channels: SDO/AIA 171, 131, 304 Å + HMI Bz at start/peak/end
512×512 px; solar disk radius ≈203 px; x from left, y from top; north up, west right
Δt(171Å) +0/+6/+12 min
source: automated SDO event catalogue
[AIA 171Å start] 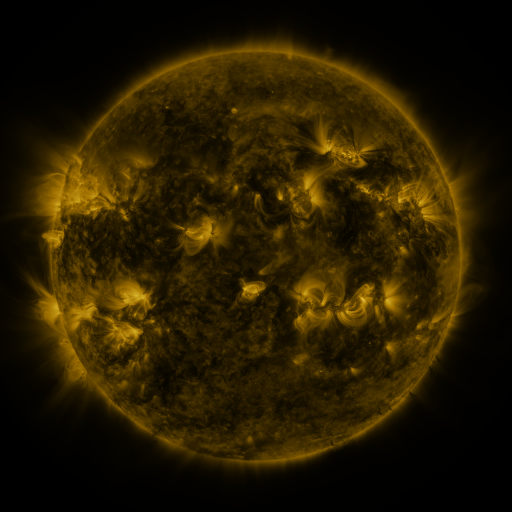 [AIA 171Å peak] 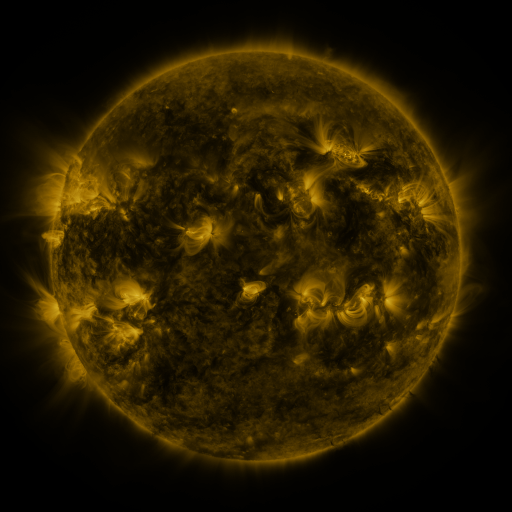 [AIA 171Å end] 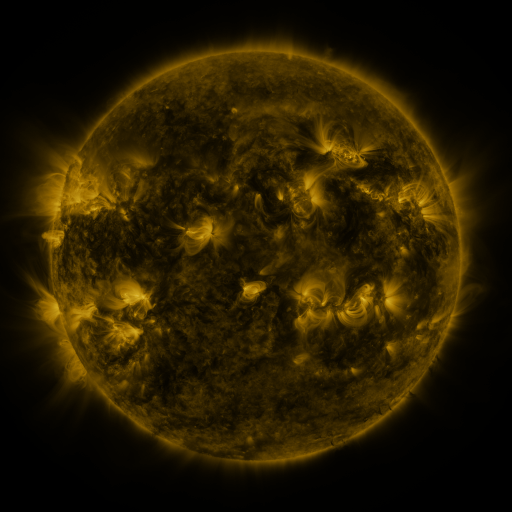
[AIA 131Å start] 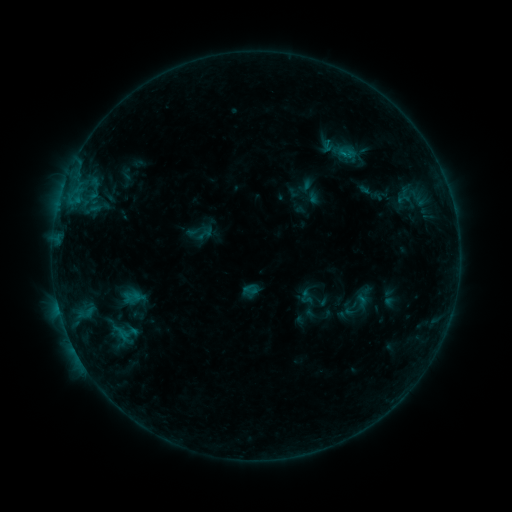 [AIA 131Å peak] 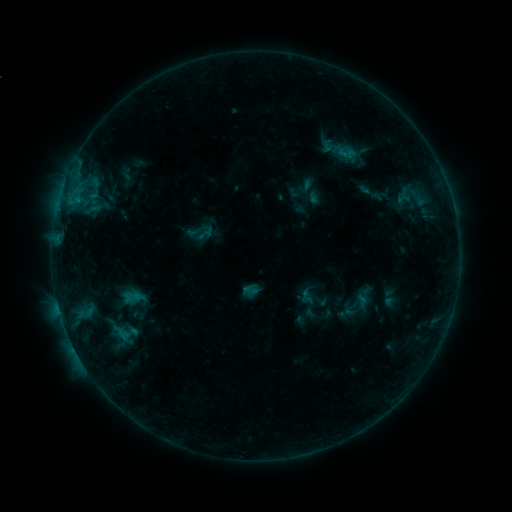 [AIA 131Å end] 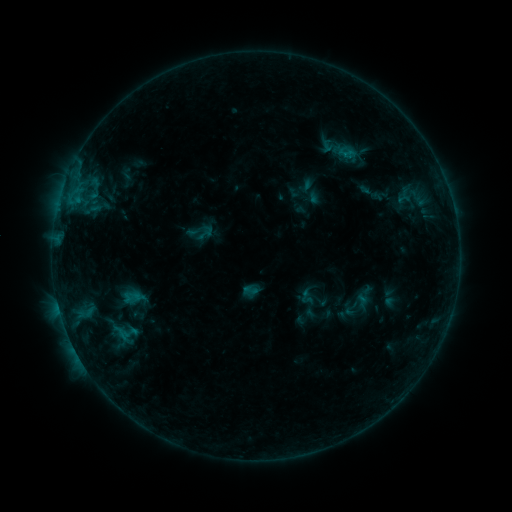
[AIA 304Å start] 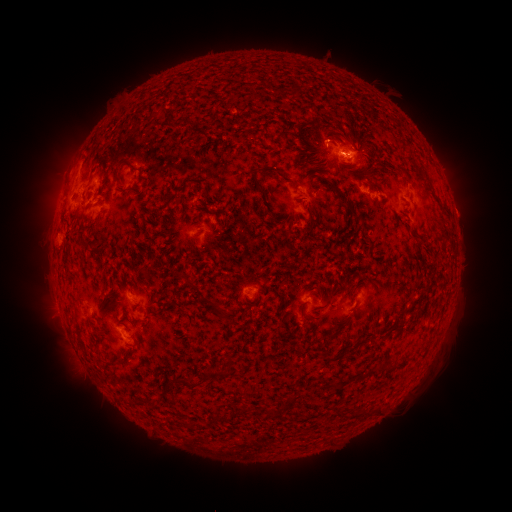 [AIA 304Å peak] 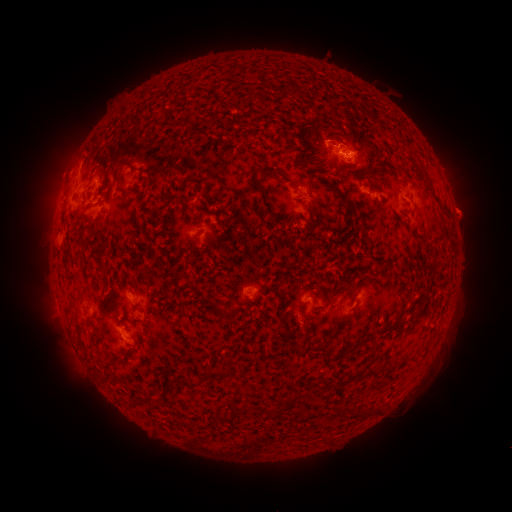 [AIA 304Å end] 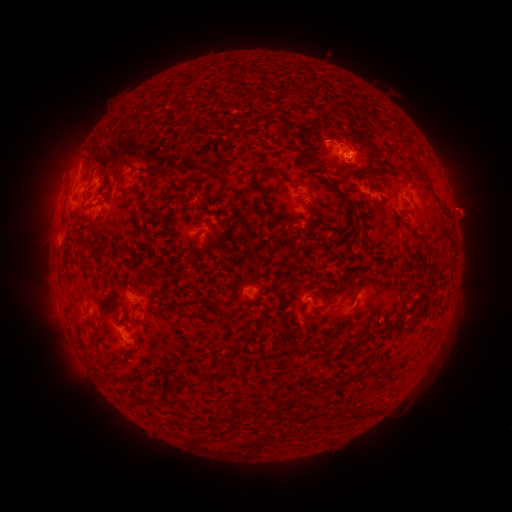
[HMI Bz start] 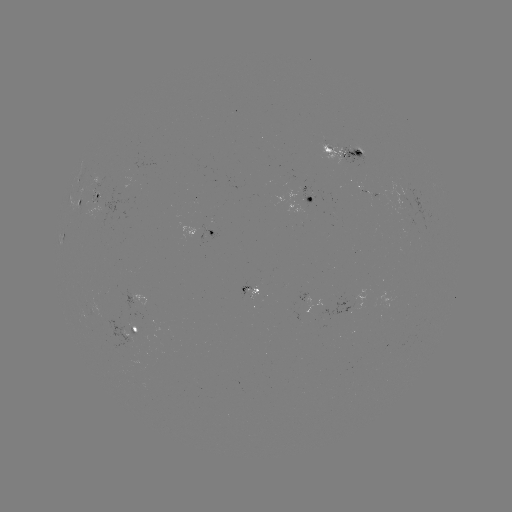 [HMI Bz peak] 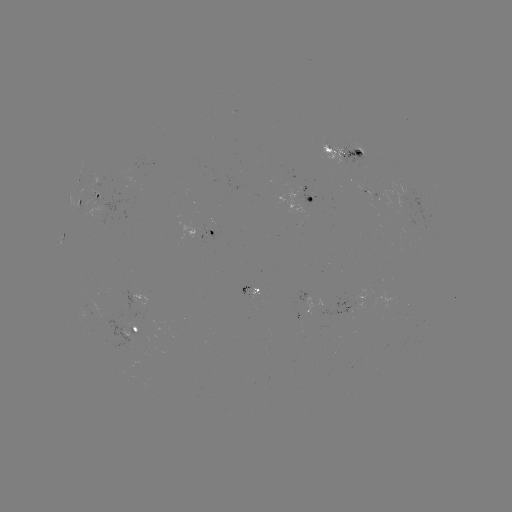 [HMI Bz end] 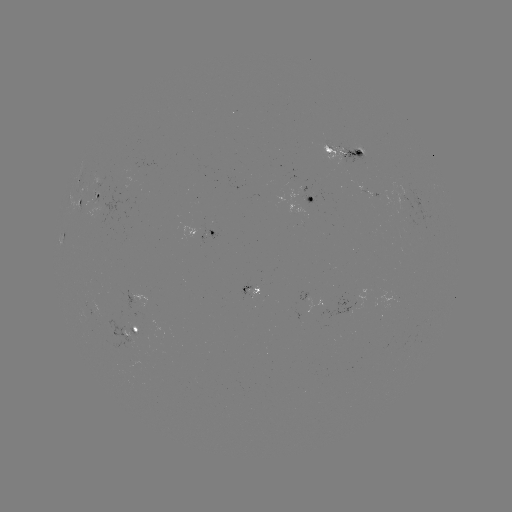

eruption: [435, 186, 493, 239]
